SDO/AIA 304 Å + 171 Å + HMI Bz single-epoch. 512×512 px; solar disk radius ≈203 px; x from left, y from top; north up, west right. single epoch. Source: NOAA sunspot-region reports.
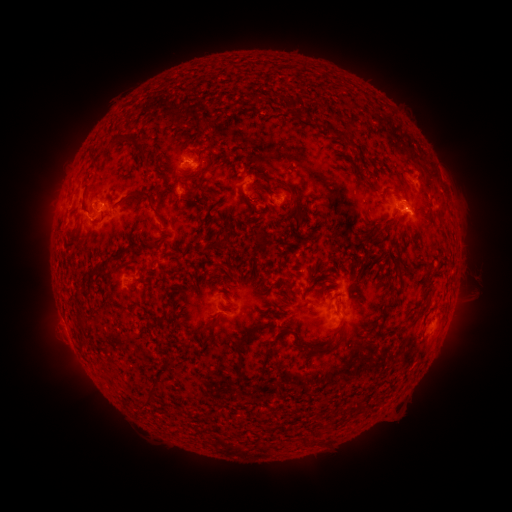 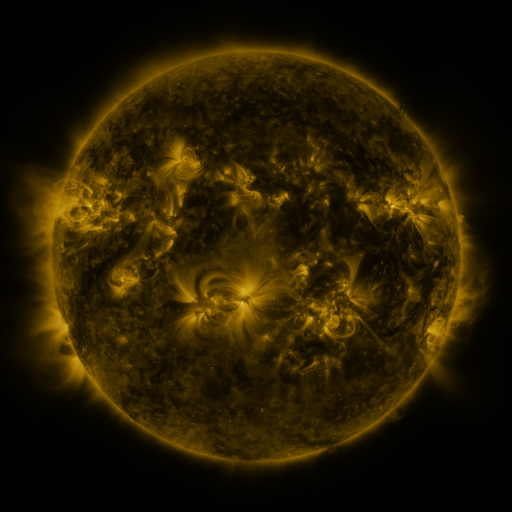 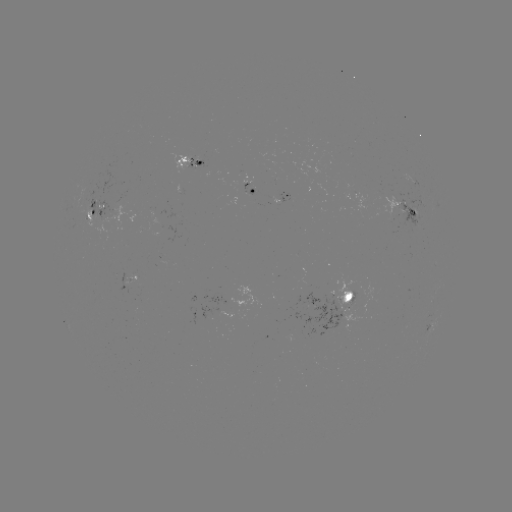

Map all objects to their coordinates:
spotted active region: (190, 167)
spotted active region: (410, 181)
spotted active region: (249, 192)
spotted active region: (283, 196)
spotted active region: (402, 202)
spotted active region: (94, 214)
spotted active region: (136, 284)
spotted active region: (346, 303)
spotted active region: (242, 304)
